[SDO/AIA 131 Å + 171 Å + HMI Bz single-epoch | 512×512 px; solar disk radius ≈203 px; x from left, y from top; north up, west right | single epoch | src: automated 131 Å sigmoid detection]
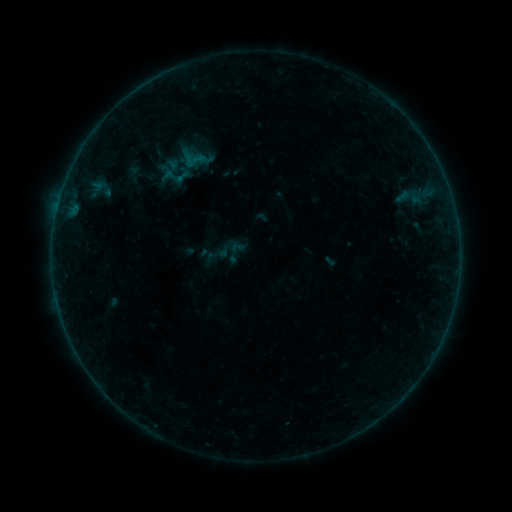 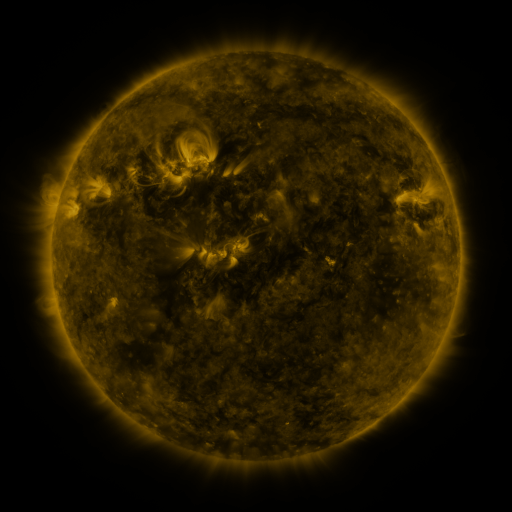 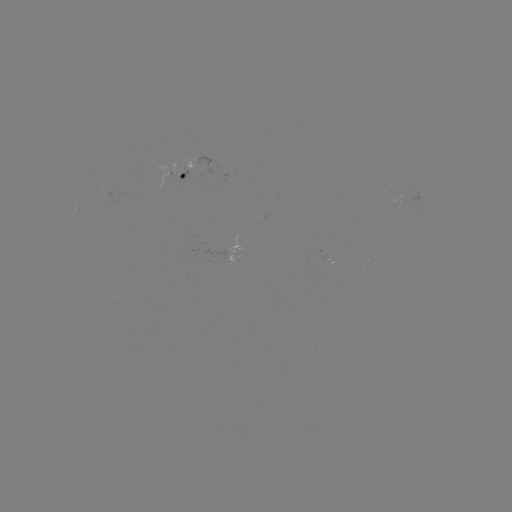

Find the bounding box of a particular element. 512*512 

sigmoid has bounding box [228, 239, 246, 256].